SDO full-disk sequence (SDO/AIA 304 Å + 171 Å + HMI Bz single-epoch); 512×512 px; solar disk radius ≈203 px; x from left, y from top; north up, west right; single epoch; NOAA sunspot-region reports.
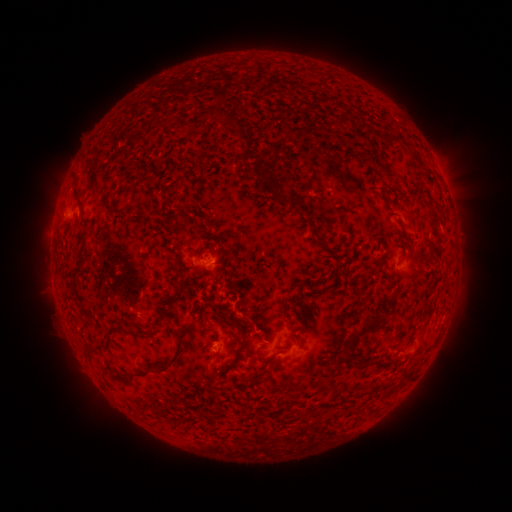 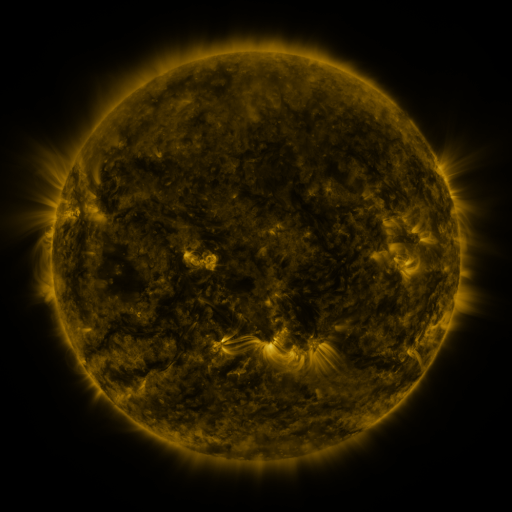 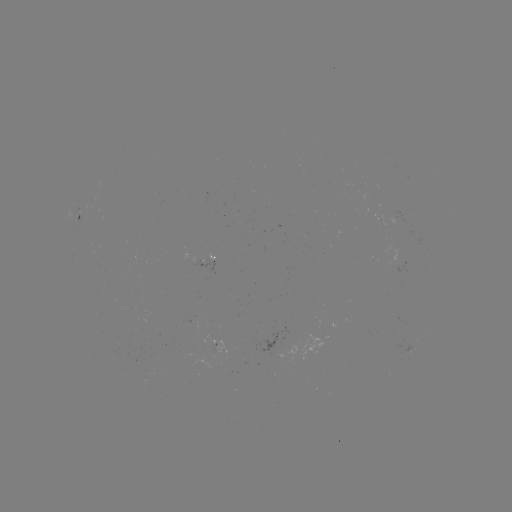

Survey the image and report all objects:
spotted active region: (78, 218)
spotted active region: (217, 259)
spotted active region: (225, 345)
